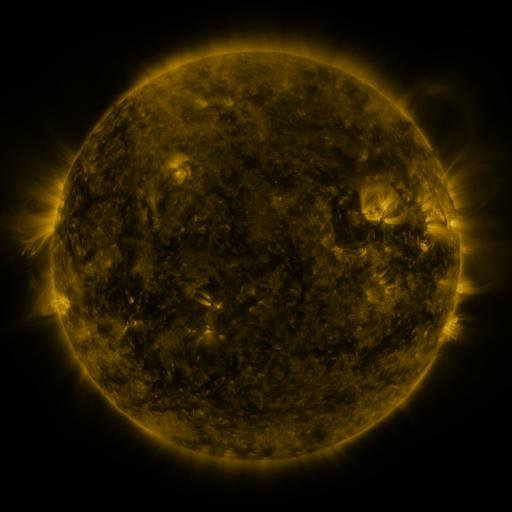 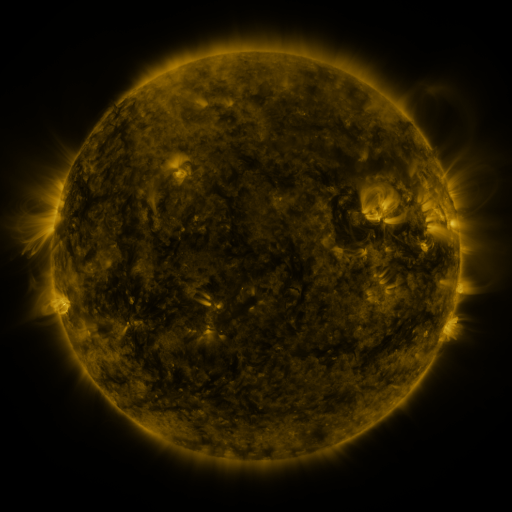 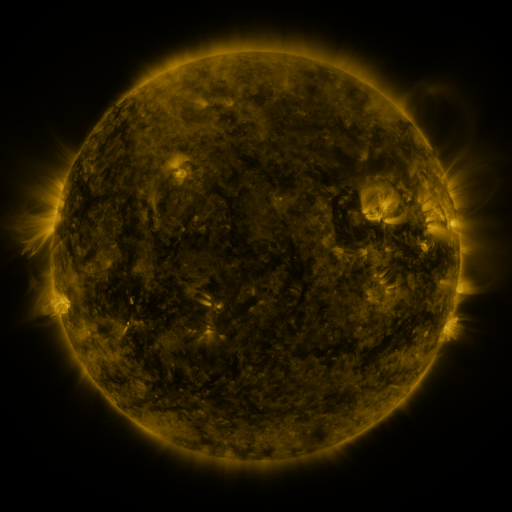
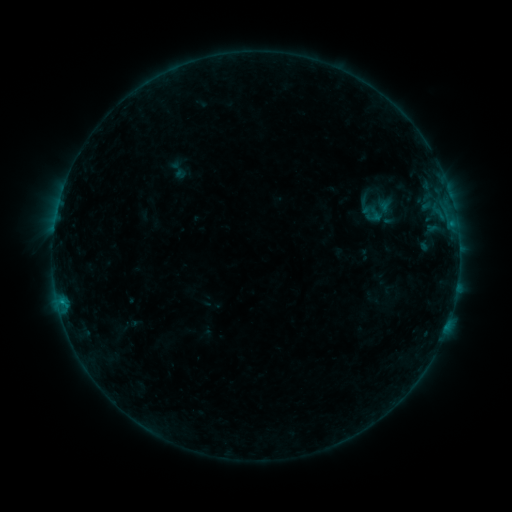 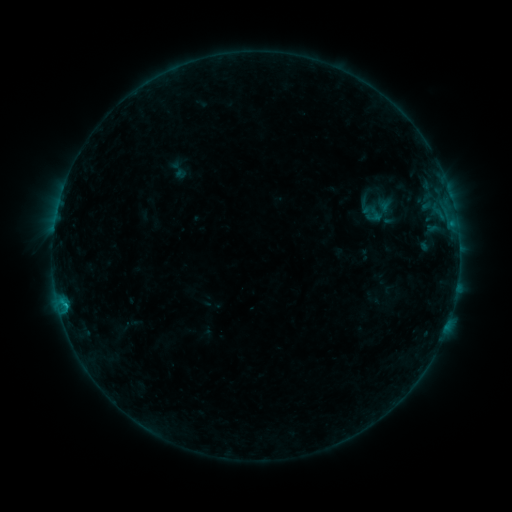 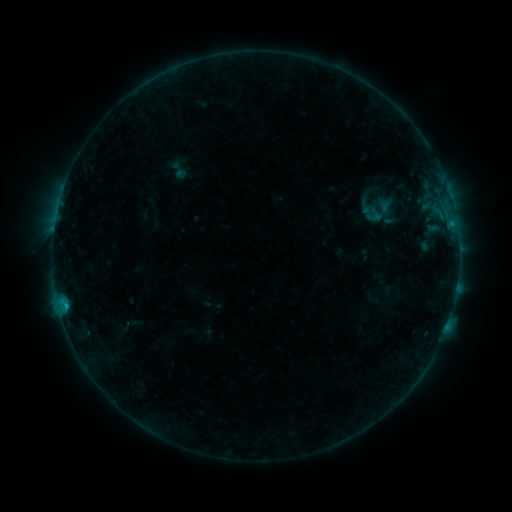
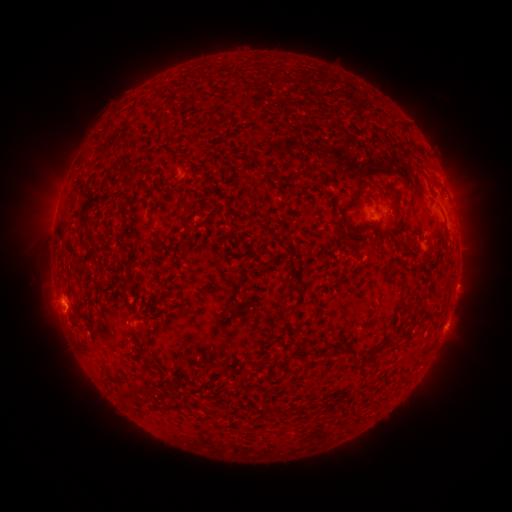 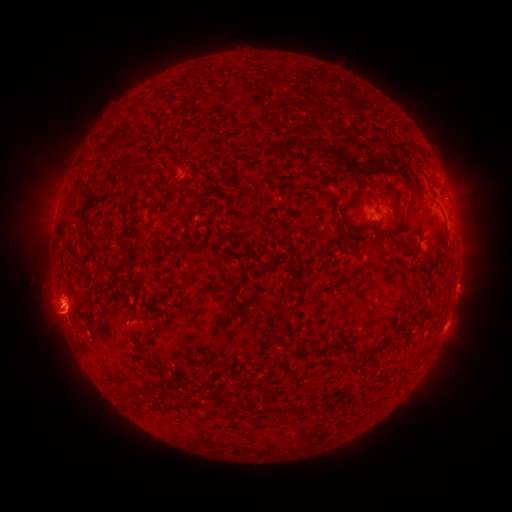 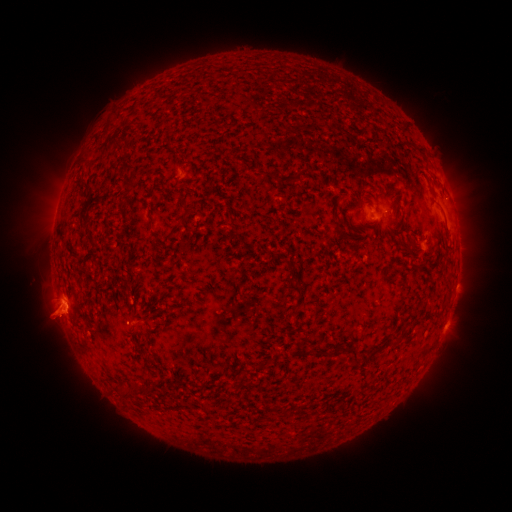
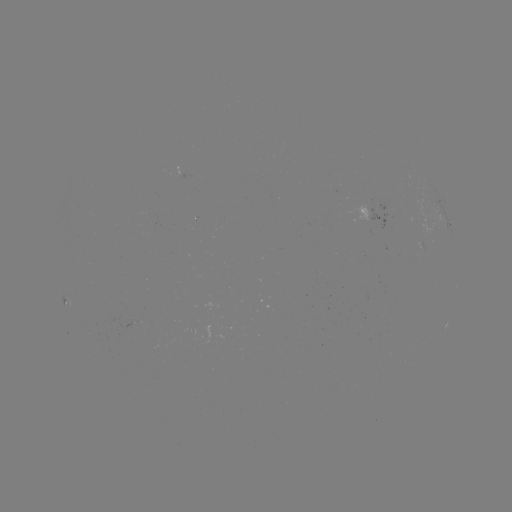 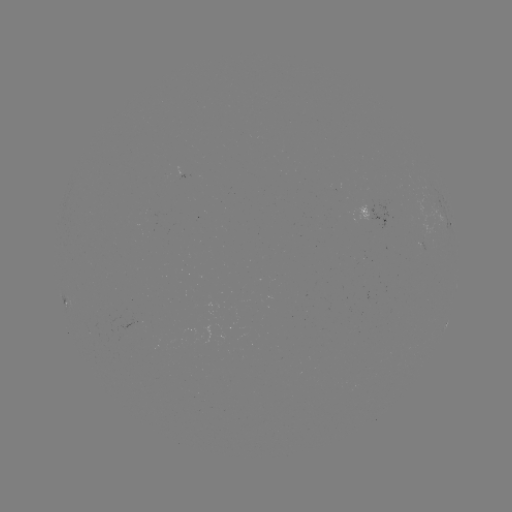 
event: eruption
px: (59, 320)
